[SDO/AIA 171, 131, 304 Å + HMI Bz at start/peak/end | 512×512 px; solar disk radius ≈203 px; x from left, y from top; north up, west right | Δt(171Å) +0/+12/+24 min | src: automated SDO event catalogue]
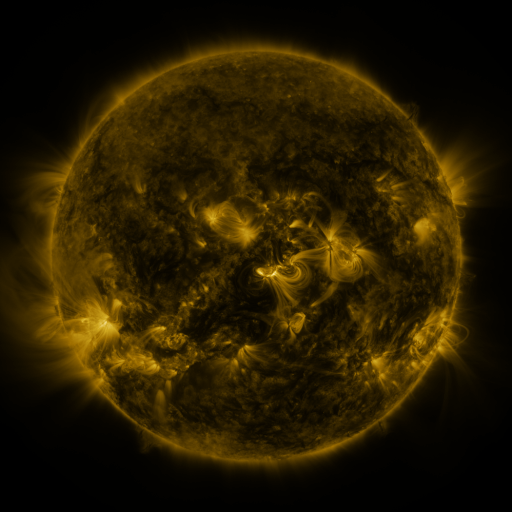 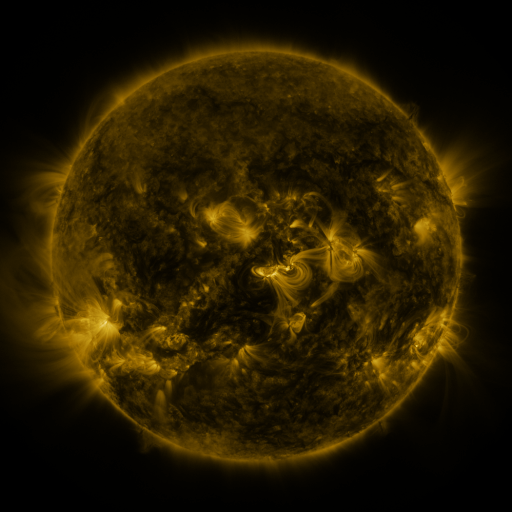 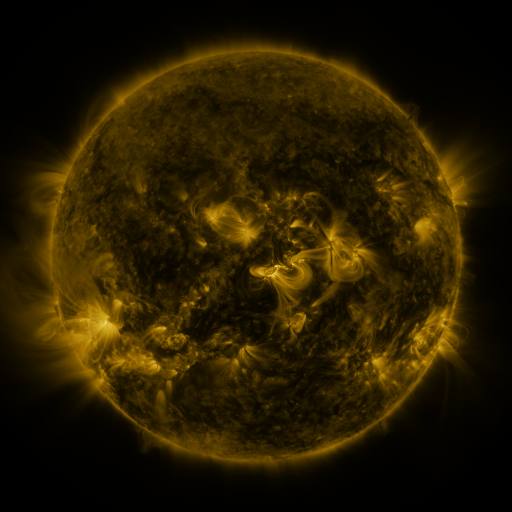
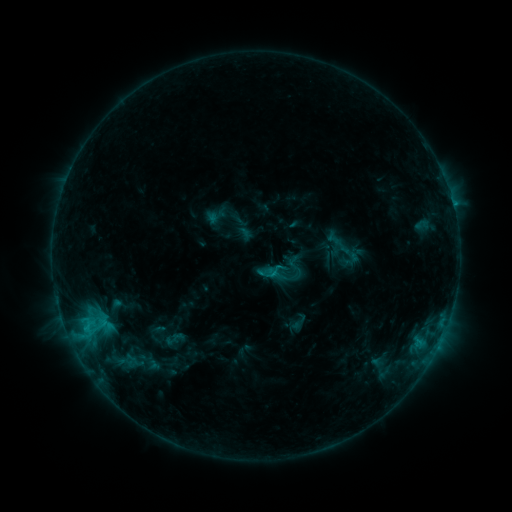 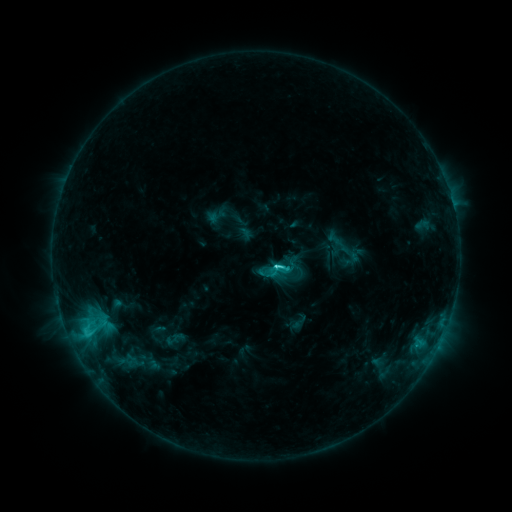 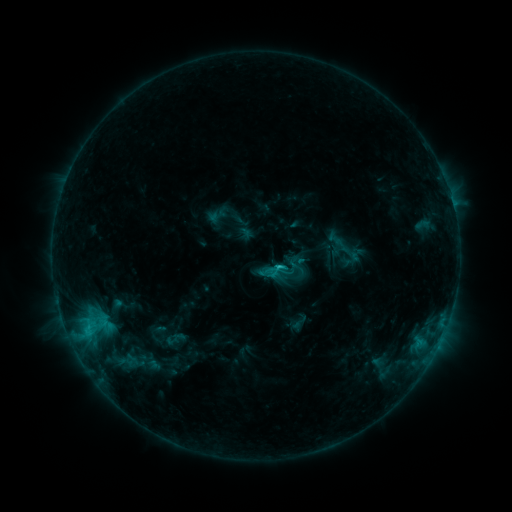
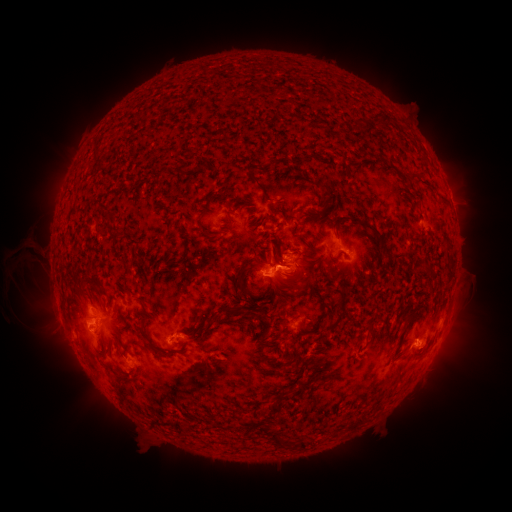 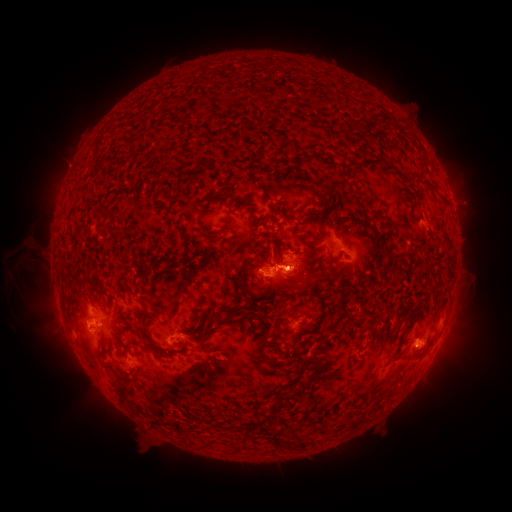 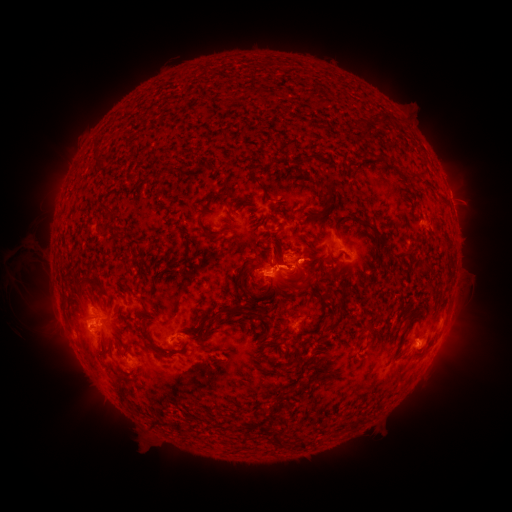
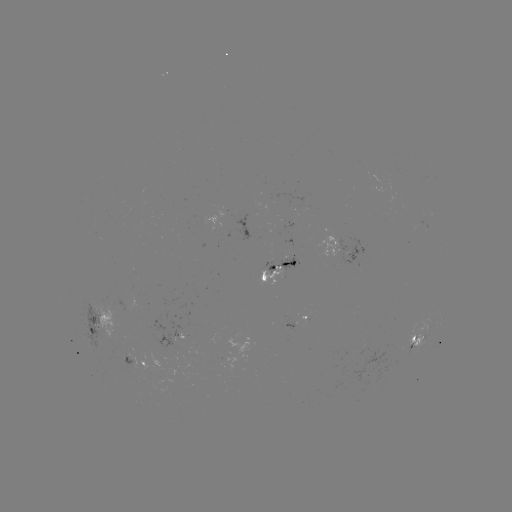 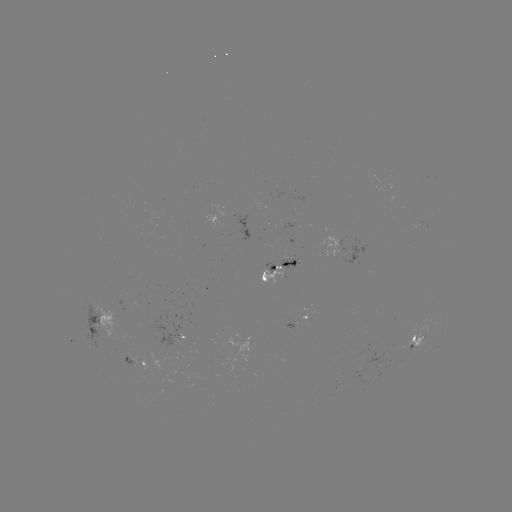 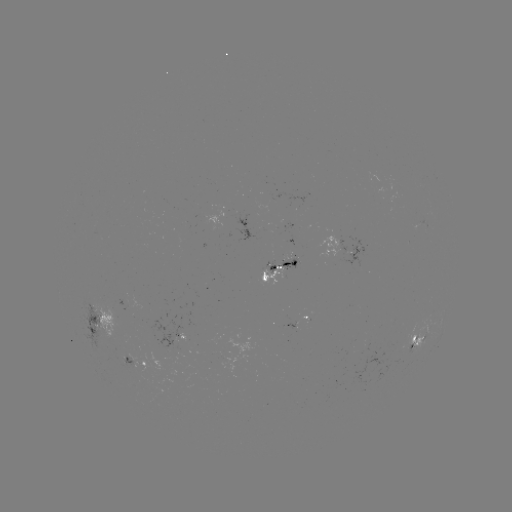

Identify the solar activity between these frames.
C2.9 flare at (277, 270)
